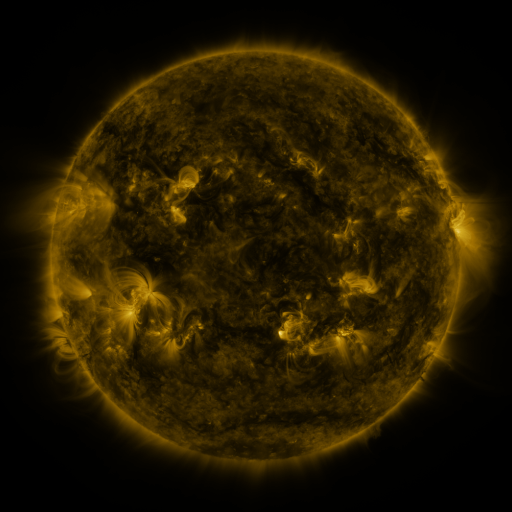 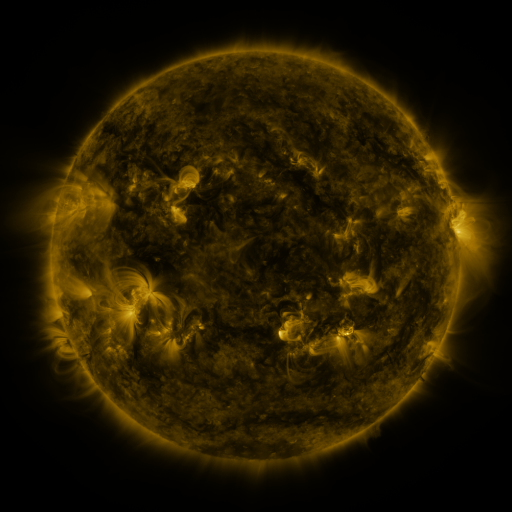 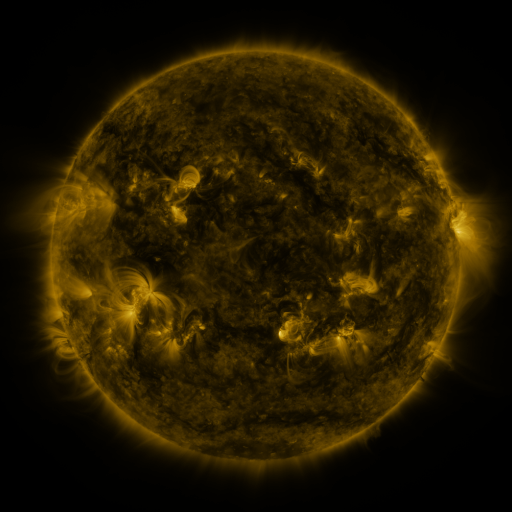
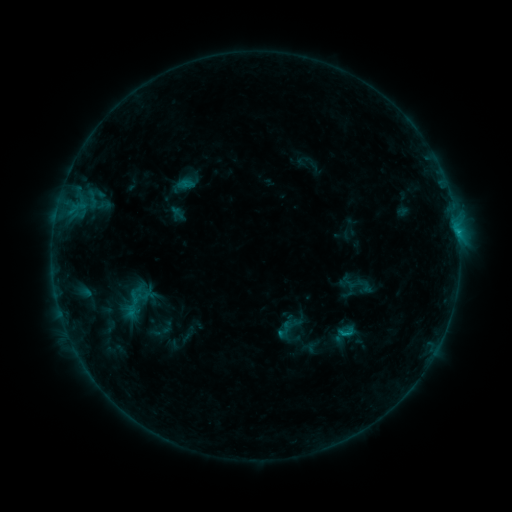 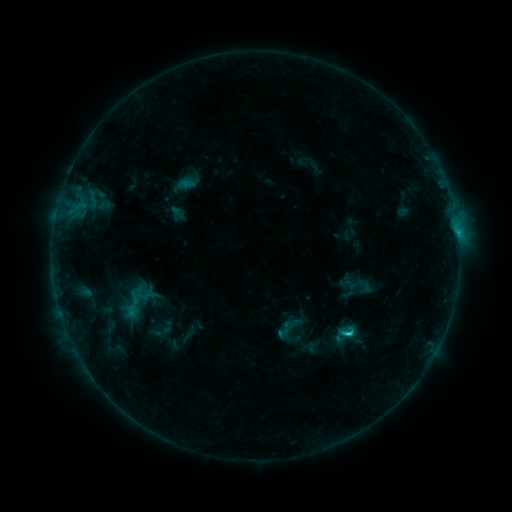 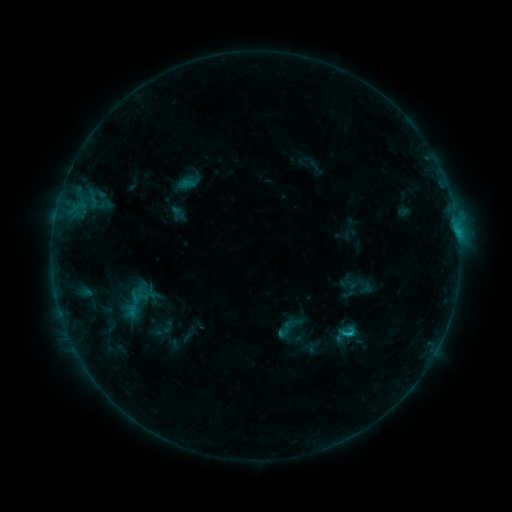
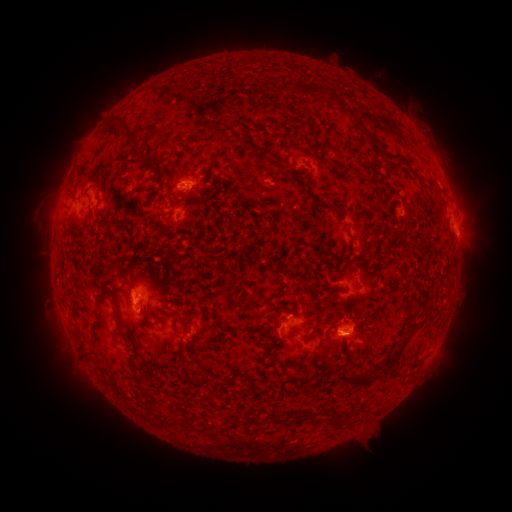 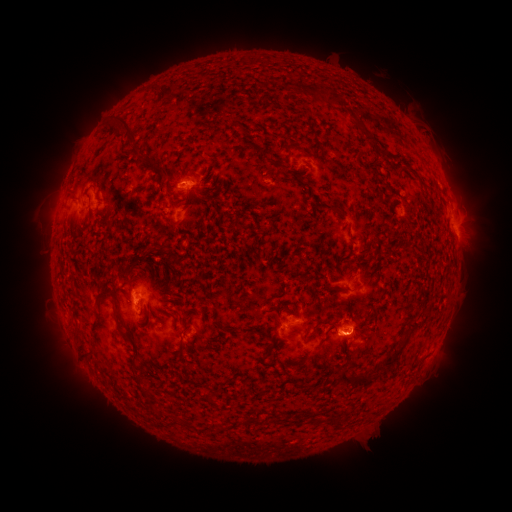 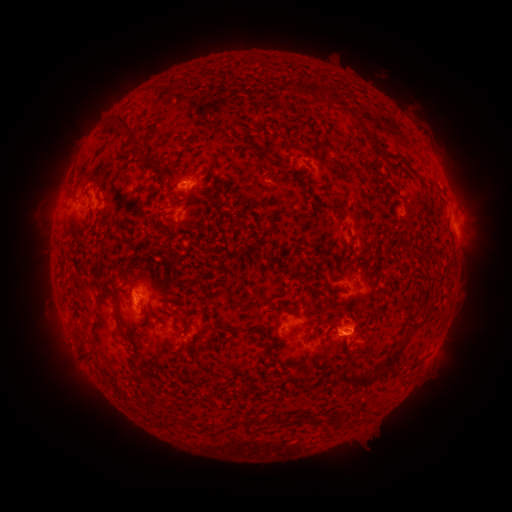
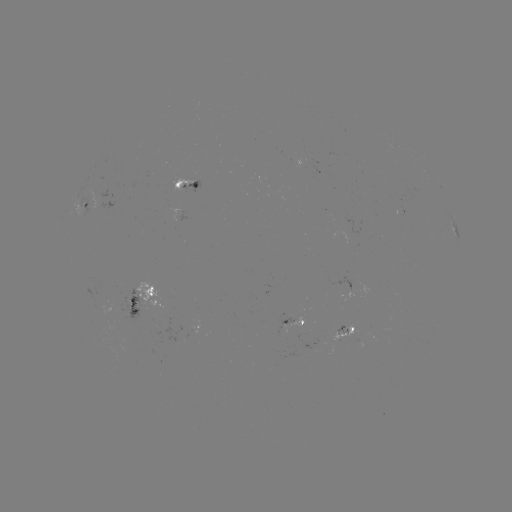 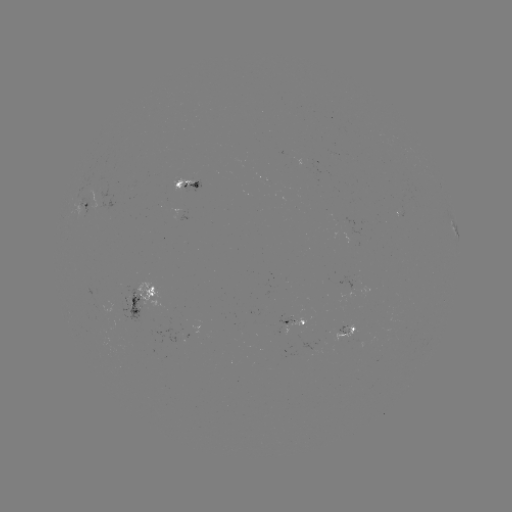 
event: flare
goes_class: C1.5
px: (346, 333)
